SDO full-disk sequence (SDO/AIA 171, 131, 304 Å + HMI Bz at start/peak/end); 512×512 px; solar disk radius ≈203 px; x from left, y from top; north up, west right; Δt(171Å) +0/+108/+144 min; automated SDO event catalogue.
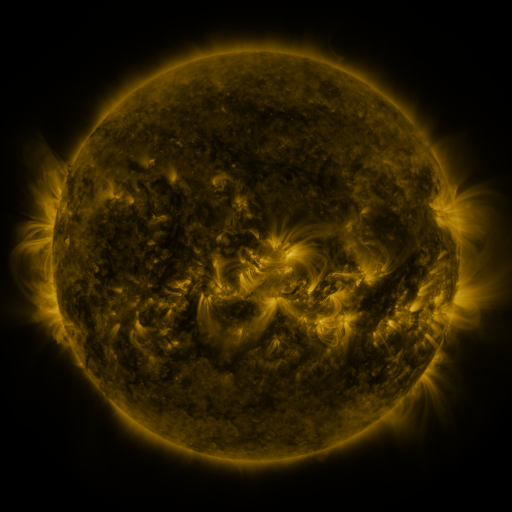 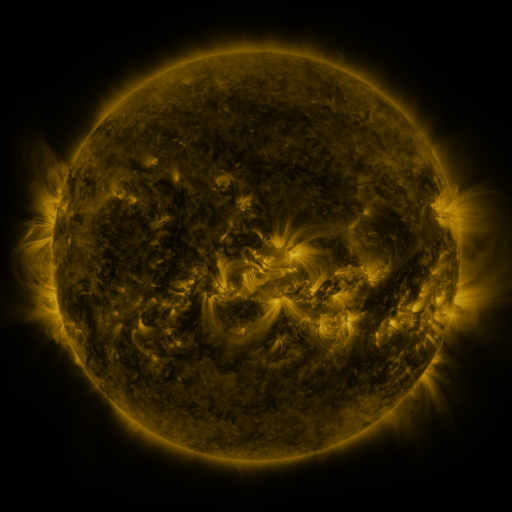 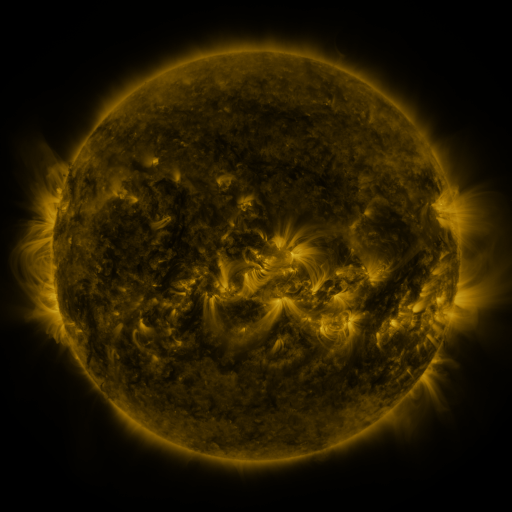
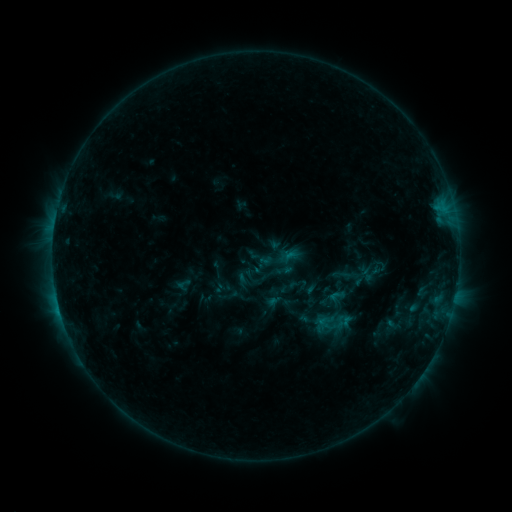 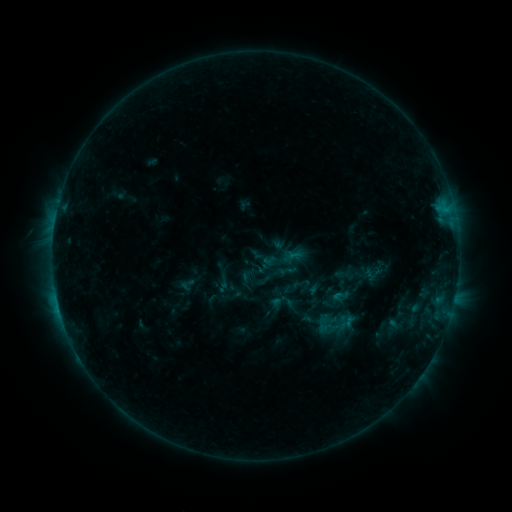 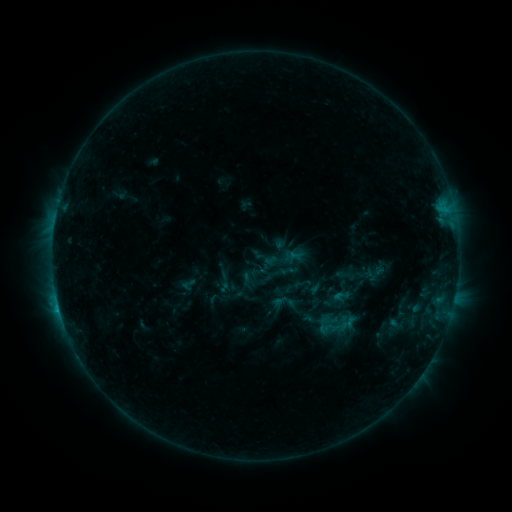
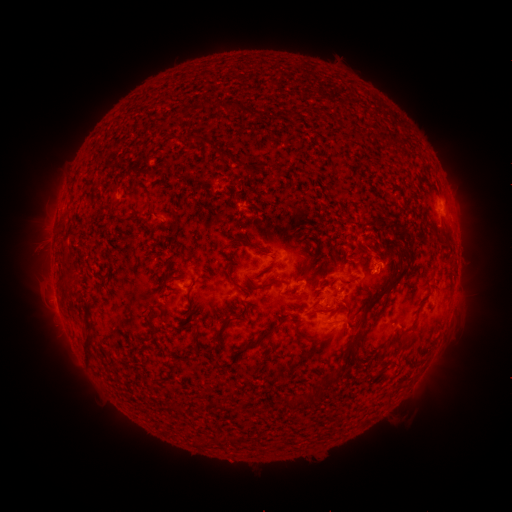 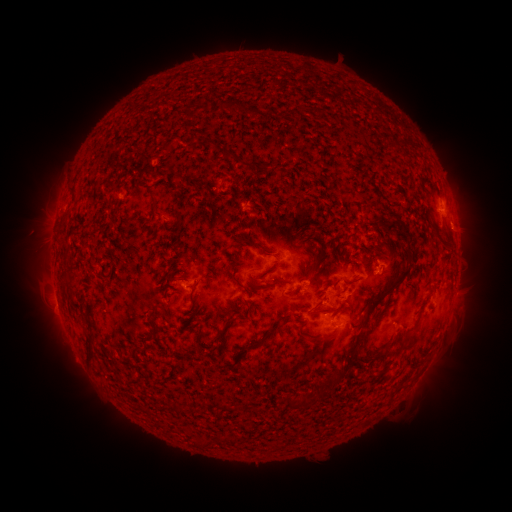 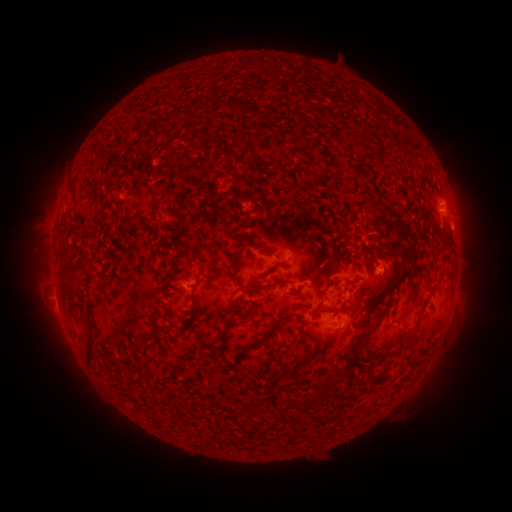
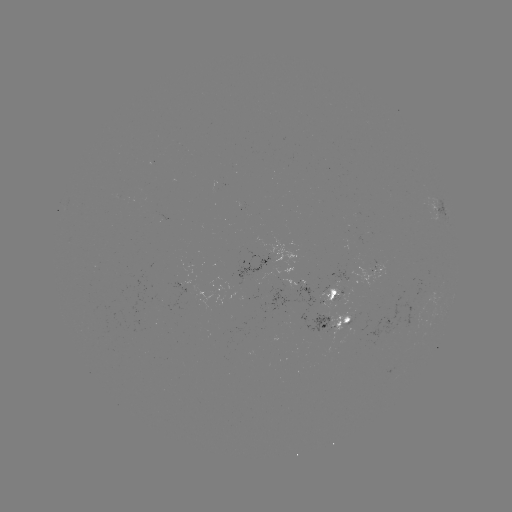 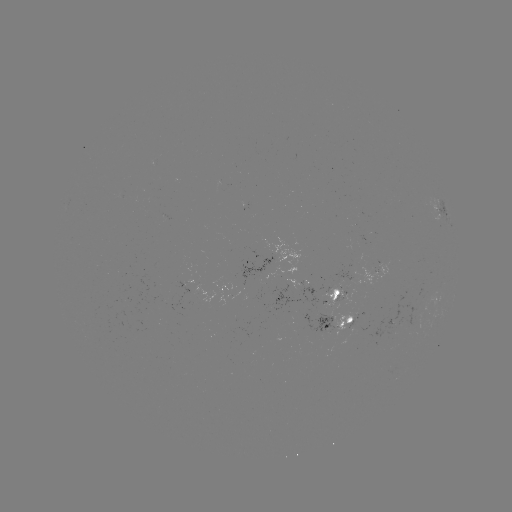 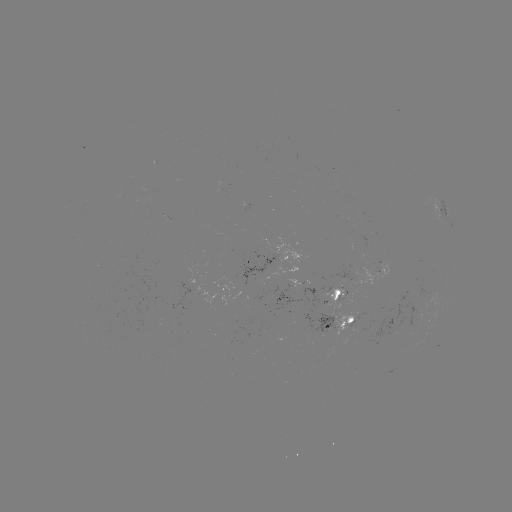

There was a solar emerging-flux region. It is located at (396, 326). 